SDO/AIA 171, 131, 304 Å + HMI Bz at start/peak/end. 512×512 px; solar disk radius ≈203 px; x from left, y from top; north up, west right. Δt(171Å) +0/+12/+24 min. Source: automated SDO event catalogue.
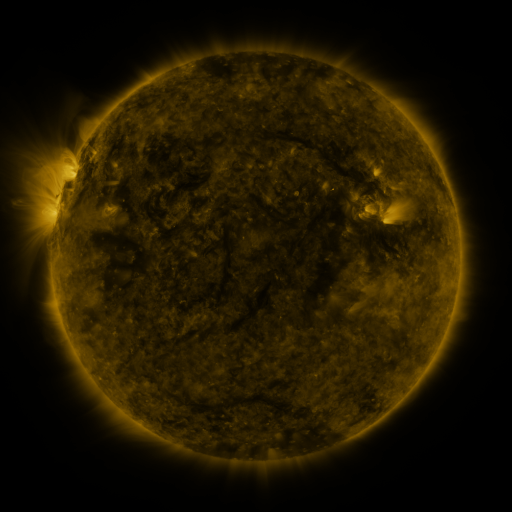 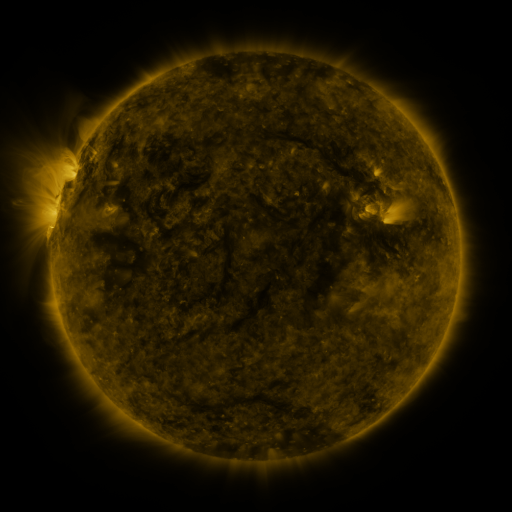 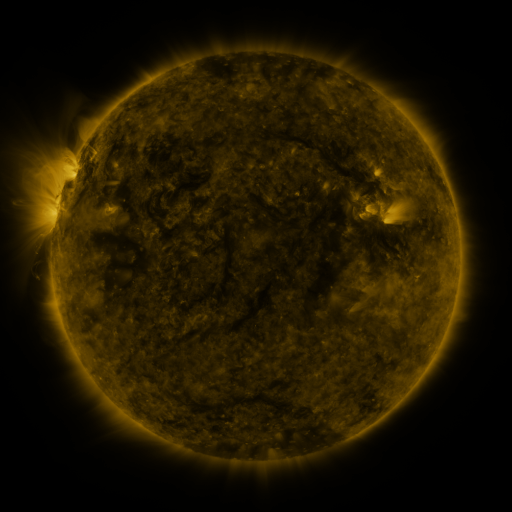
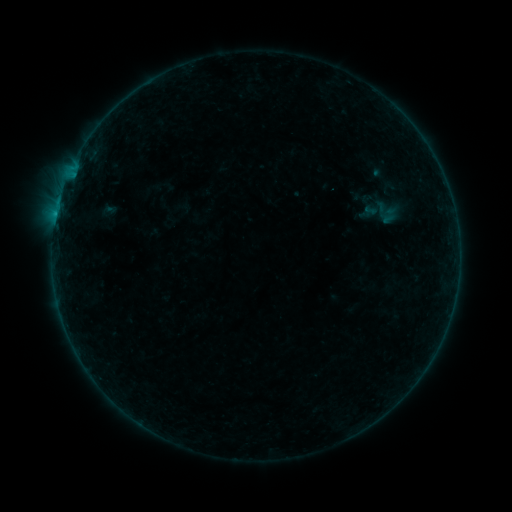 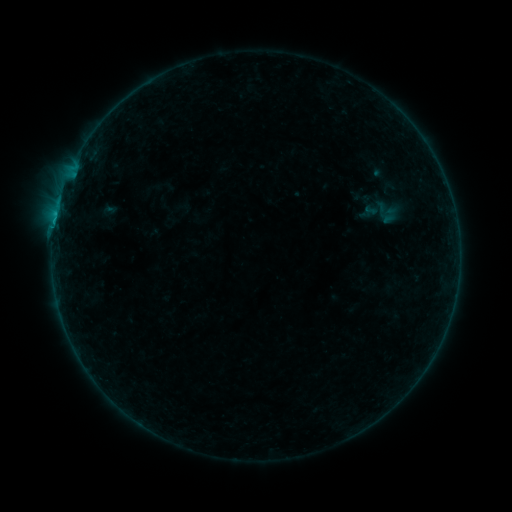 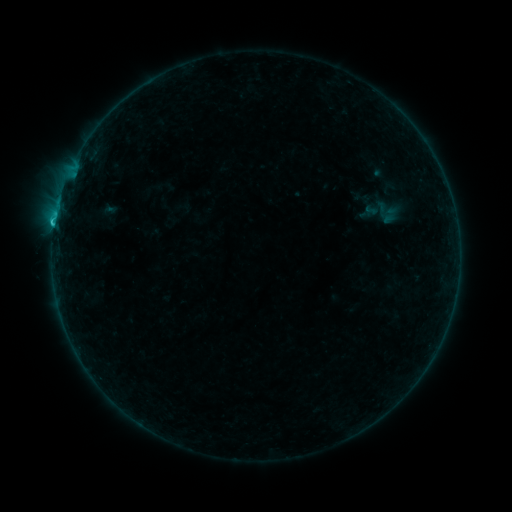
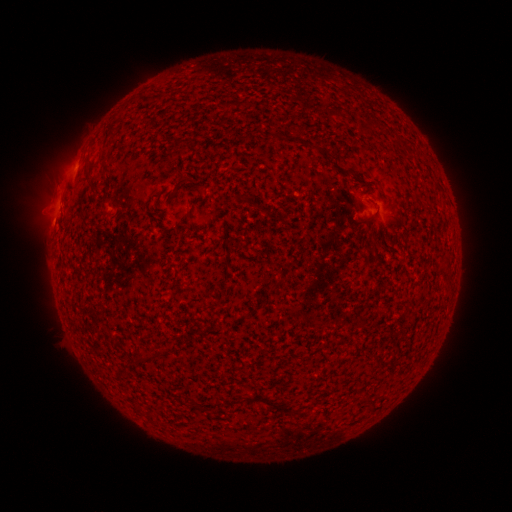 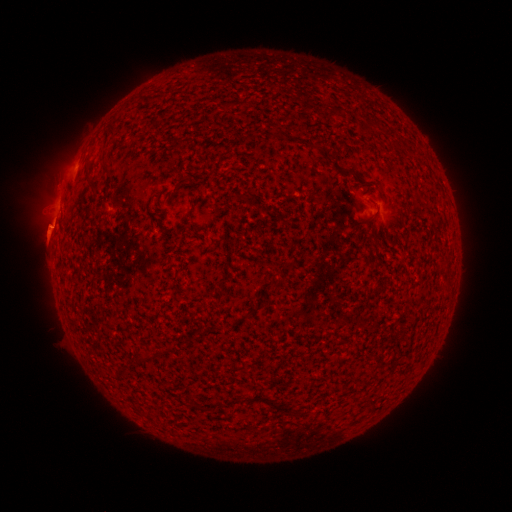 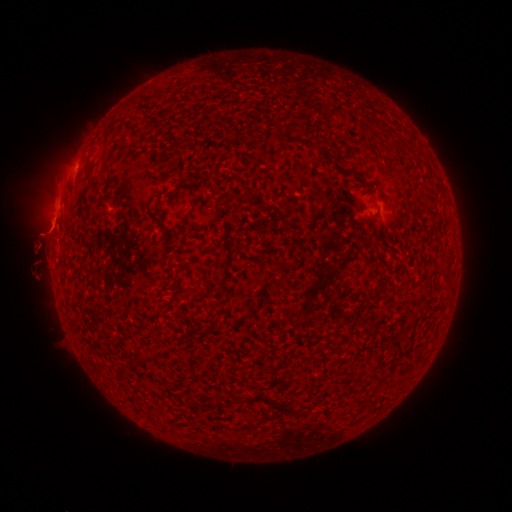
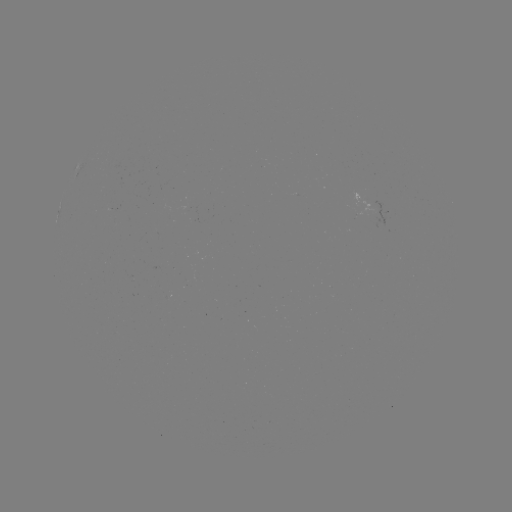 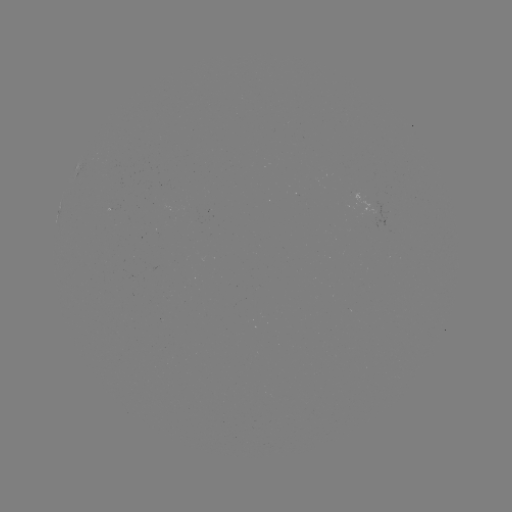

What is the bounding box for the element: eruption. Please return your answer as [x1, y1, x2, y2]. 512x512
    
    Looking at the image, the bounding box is [13, 175, 74, 282].